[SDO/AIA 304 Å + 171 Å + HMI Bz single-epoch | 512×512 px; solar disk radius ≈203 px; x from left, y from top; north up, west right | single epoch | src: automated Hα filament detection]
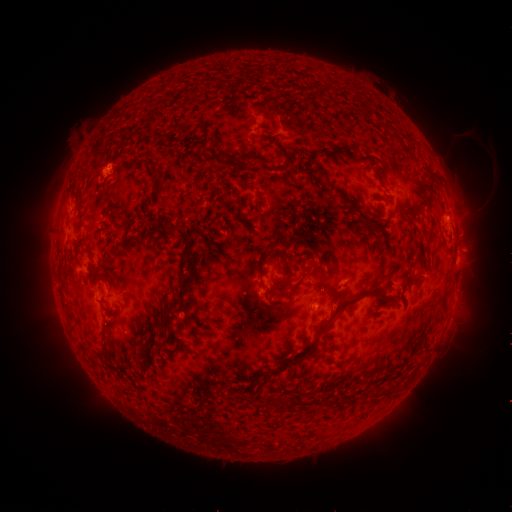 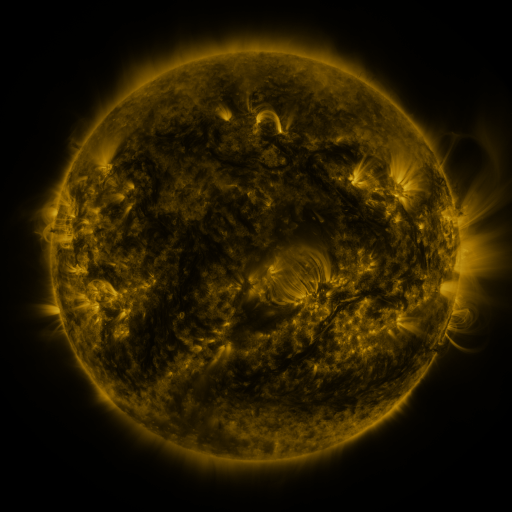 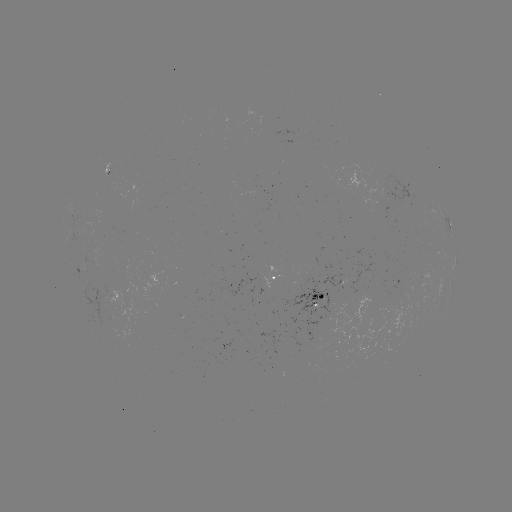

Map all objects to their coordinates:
filament: <bbox>264, 115, 274, 128</bbox>
filament: <bbox>268, 136, 277, 149</bbox>
filament: <bbox>243, 153, 270, 166</bbox>
filament: <bbox>224, 156, 240, 165</bbox>
filament: <bbox>315, 168, 325, 179</bbox>
filament: <bbox>427, 169, 434, 180</bbox>
filament: <bbox>334, 189, 379, 232</bbox>
filament: <bbox>252, 196, 263, 211</bbox>
filament: <bbox>409, 202, 422, 211</bbox>
filament: <bbox>108, 208, 116, 220</bbox>
filament: <bbox>171, 227, 188, 240</bbox>
filament: <bbox>178, 238, 197, 289</bbox>
filament: <bbox>117, 240, 138, 250</bbox>
filament: <bbox>85, 247, 92, 260</bbox>
filament: <bbox>281, 249, 291, 260</bbox>
filament: <bbox>414, 262, 424, 277</bbox>
filament: <bbox>259, 266, 266, 277</bbox>
filament: <bbox>301, 268, 311, 278</bbox>
filament: <bbox>282, 269, 294, 281</bbox>
filament: <bbox>269, 280, 295, 298</bbox>
filament: <bbox>181, 286, 191, 309</bbox>
filament: <bbox>267, 288, 391, 382</bbox>
filament: <bbox>171, 293, 179, 303</bbox>
filament: <bbox>145, 319, 155, 328</bbox>
filament: <bbox>101, 339, 114, 364</bbox>
filament: <bbox>271, 394, 284, 405</bbox>
